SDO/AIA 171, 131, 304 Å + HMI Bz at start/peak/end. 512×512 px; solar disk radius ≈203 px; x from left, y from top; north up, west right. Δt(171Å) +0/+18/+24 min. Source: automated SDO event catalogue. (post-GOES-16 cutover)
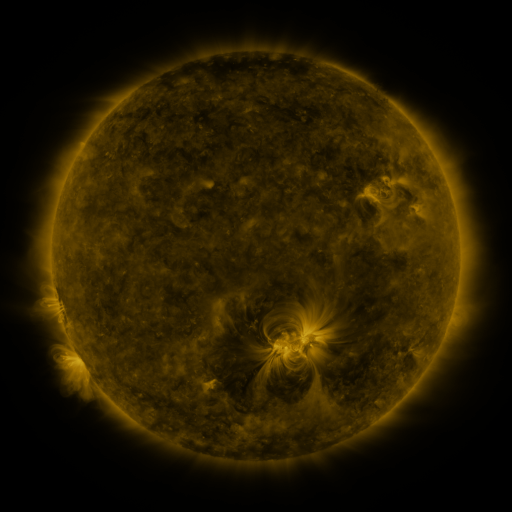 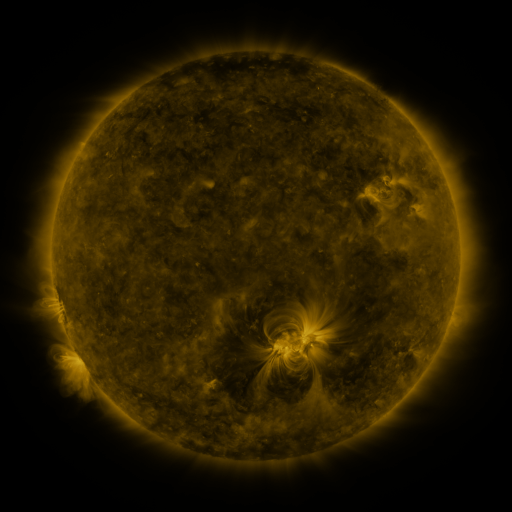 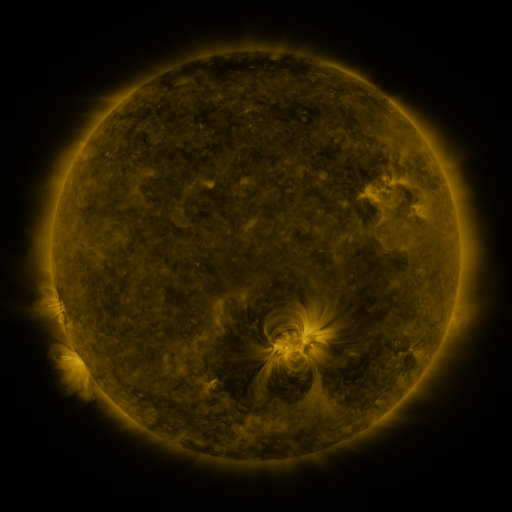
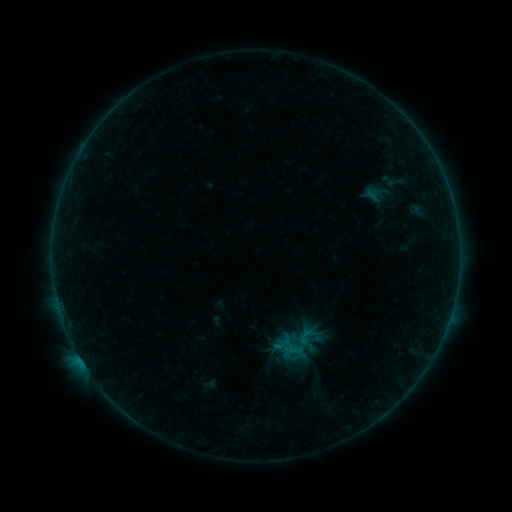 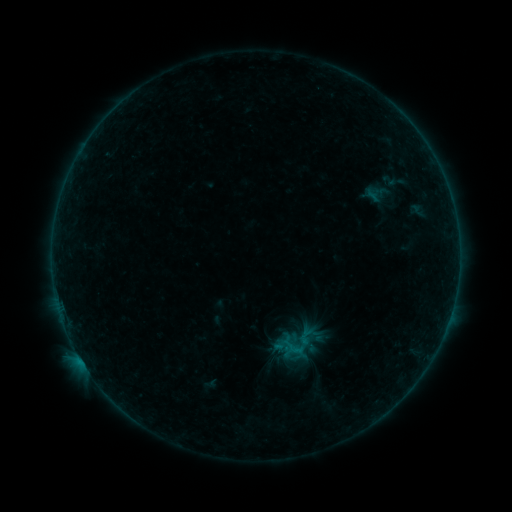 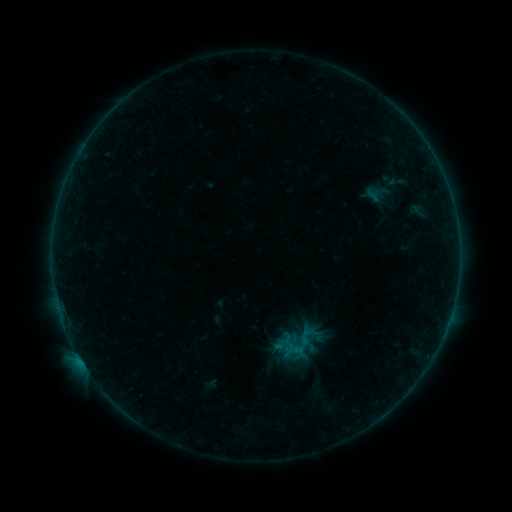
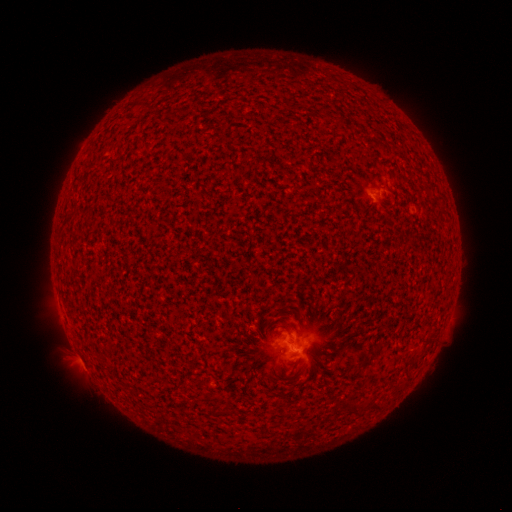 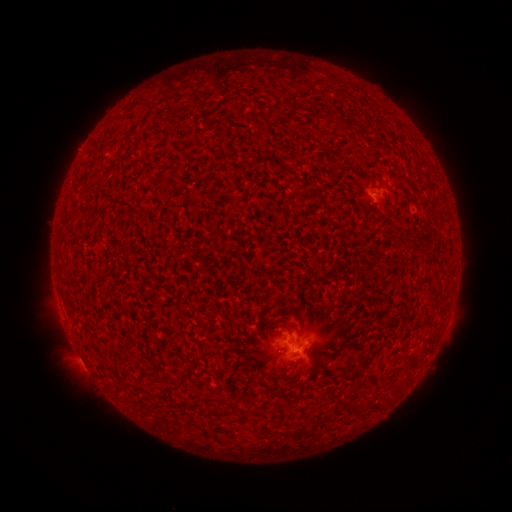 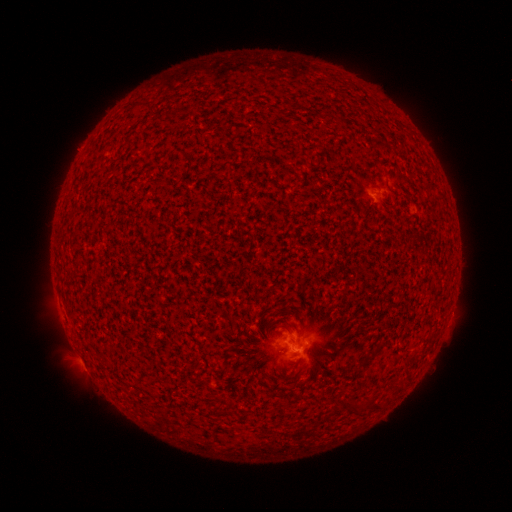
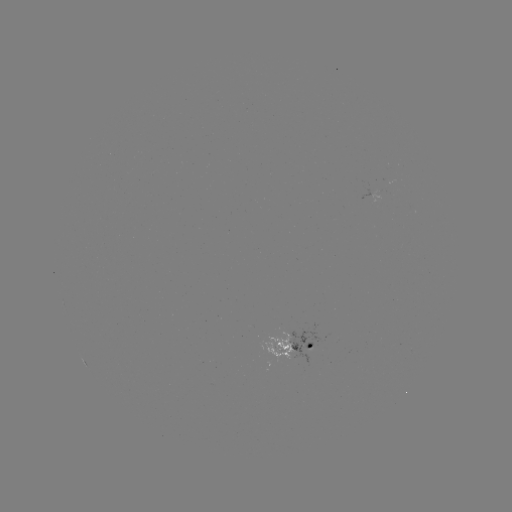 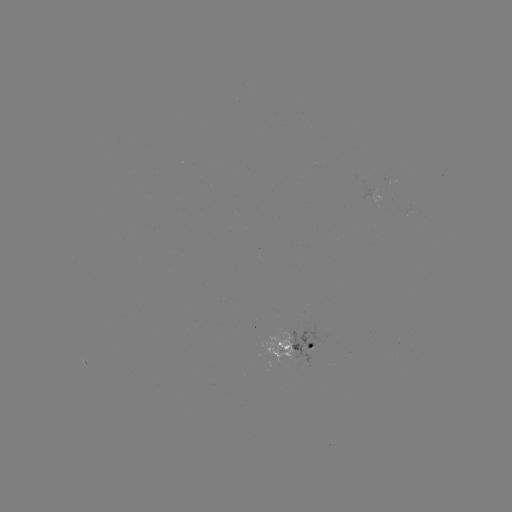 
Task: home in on B2.4 flare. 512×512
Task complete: (294, 349).